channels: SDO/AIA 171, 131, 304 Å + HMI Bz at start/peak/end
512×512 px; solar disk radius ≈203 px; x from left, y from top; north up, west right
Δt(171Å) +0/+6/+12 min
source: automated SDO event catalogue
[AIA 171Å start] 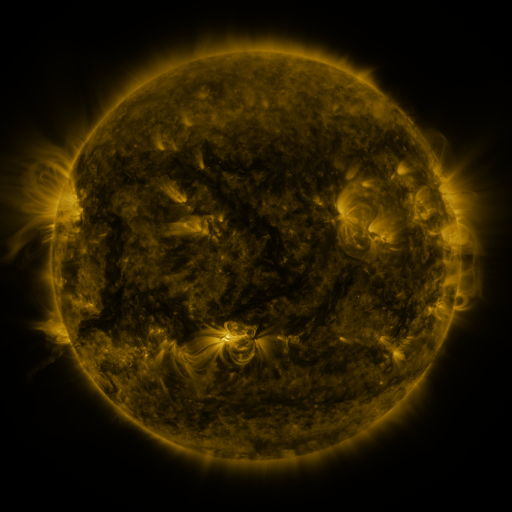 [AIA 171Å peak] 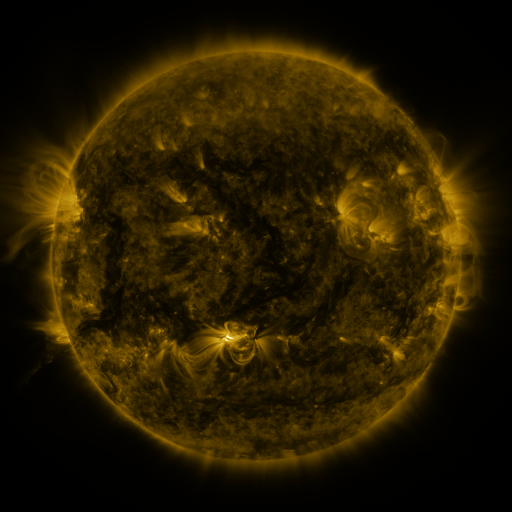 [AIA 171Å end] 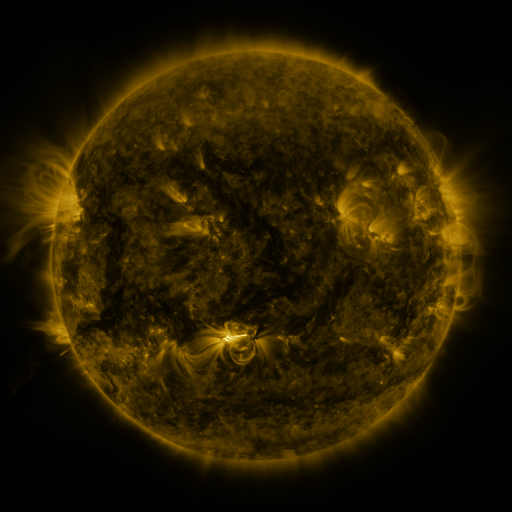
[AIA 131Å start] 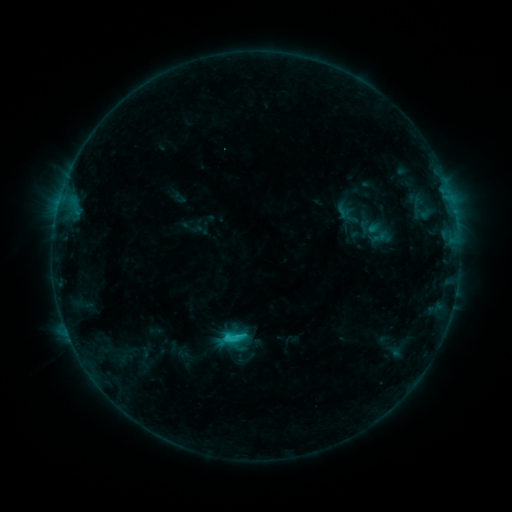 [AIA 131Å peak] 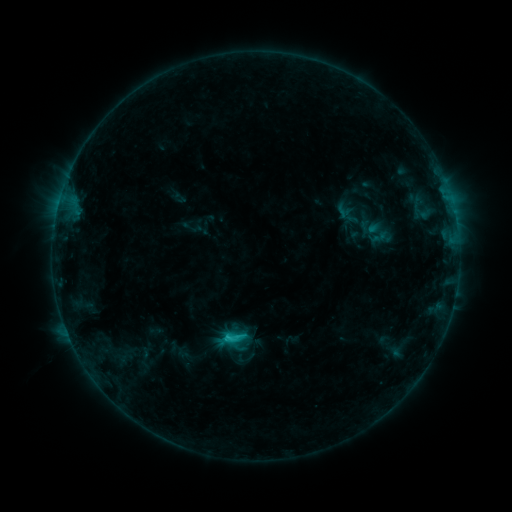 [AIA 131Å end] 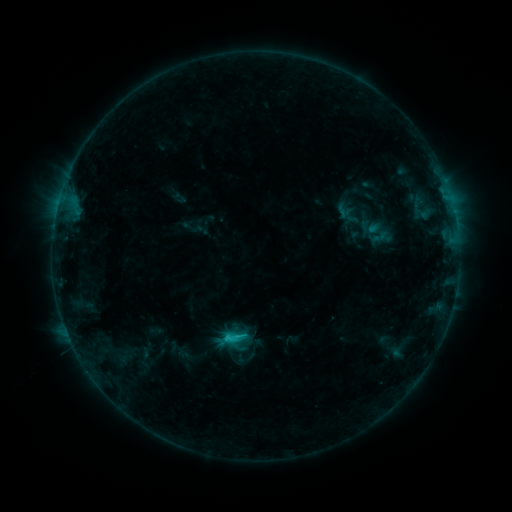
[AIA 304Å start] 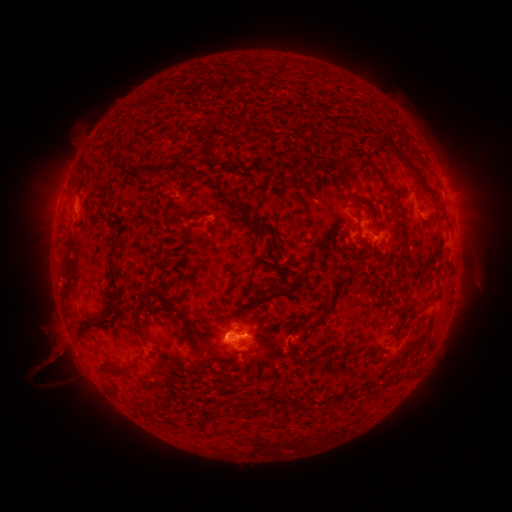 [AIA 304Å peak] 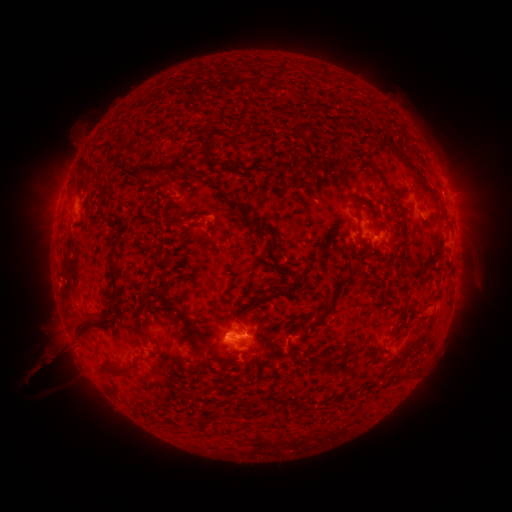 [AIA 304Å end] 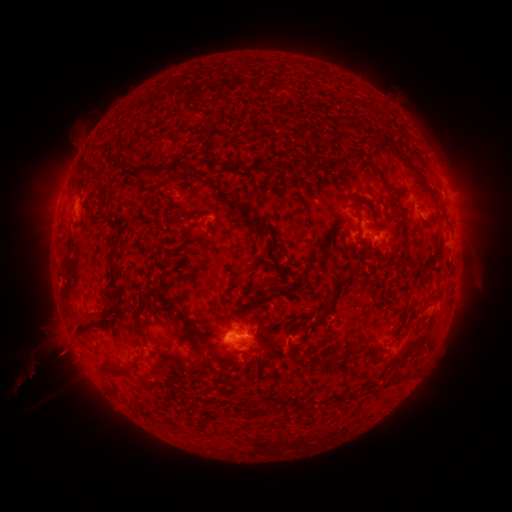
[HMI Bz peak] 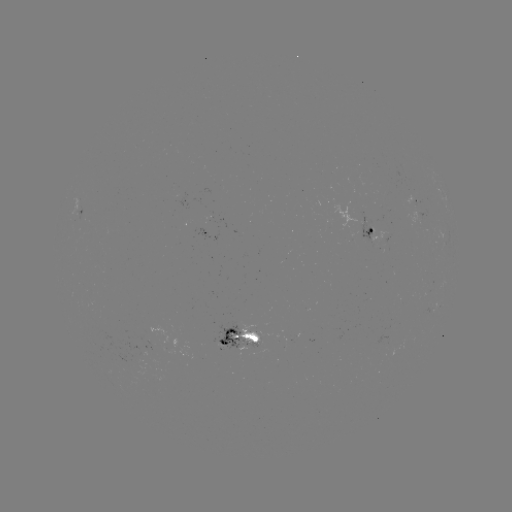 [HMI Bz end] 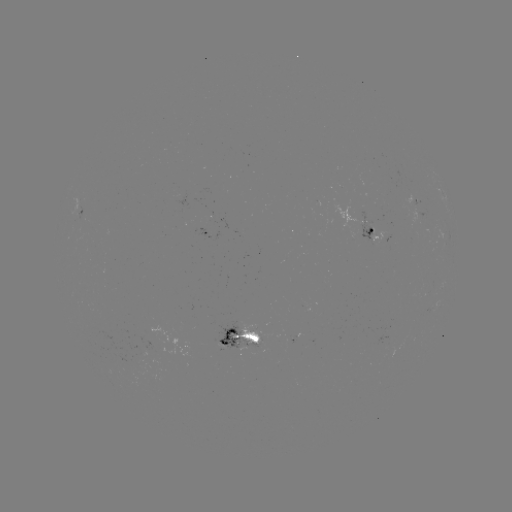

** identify eruption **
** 51,358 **